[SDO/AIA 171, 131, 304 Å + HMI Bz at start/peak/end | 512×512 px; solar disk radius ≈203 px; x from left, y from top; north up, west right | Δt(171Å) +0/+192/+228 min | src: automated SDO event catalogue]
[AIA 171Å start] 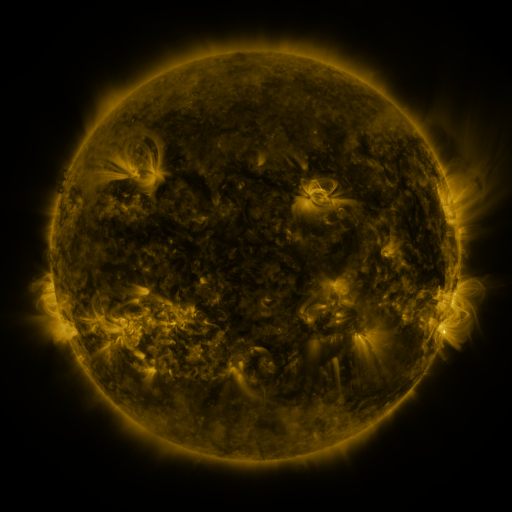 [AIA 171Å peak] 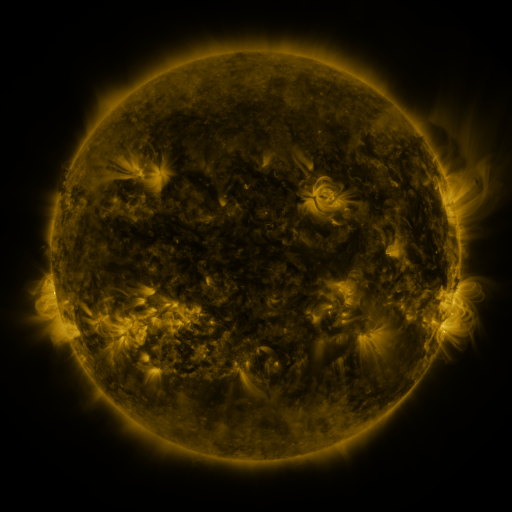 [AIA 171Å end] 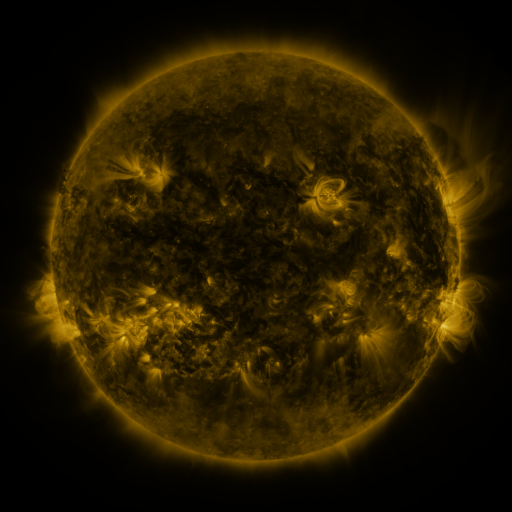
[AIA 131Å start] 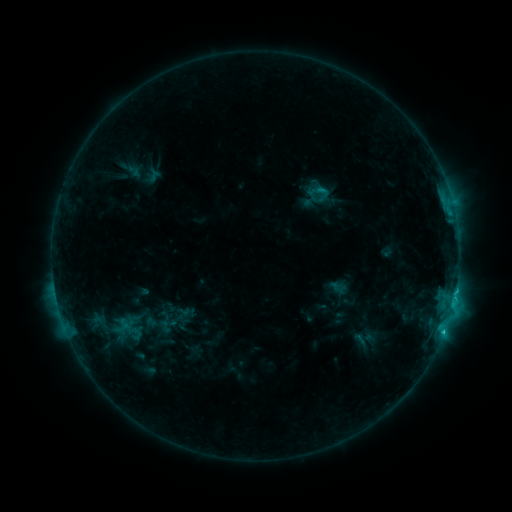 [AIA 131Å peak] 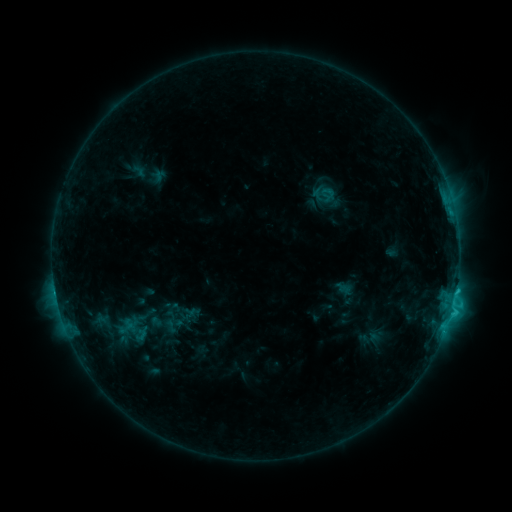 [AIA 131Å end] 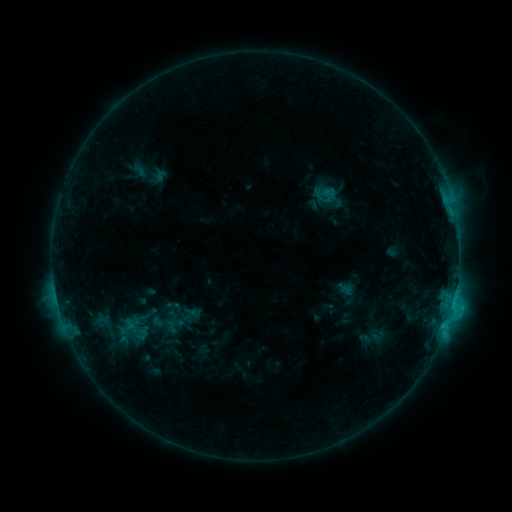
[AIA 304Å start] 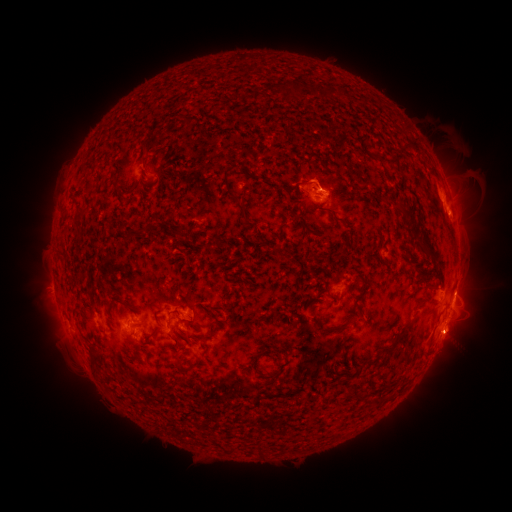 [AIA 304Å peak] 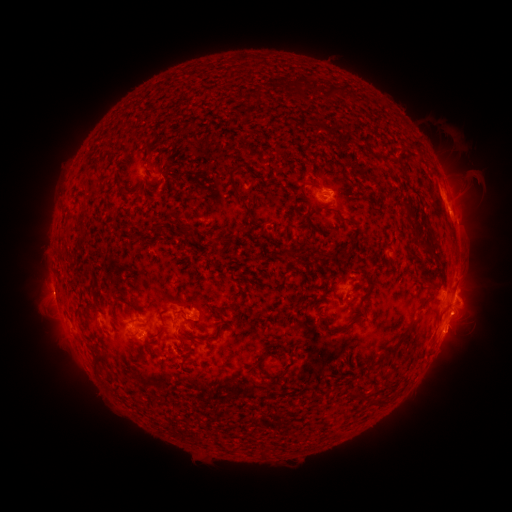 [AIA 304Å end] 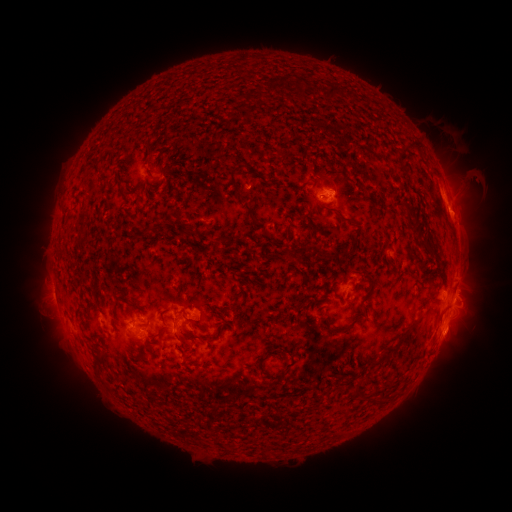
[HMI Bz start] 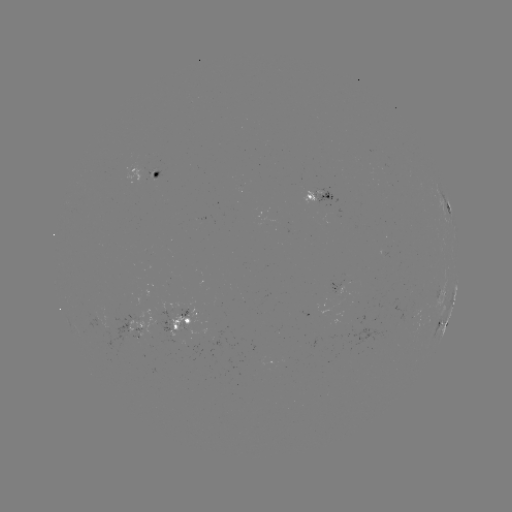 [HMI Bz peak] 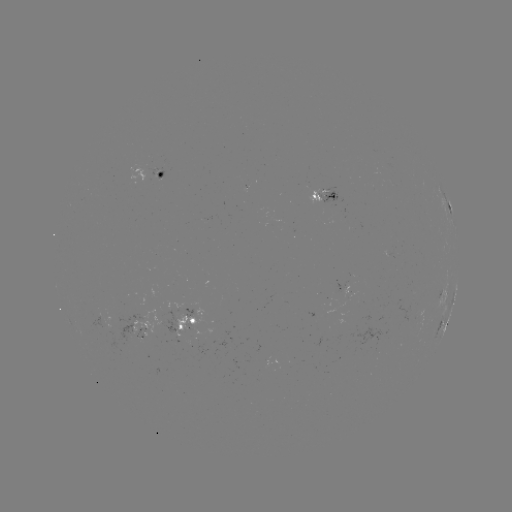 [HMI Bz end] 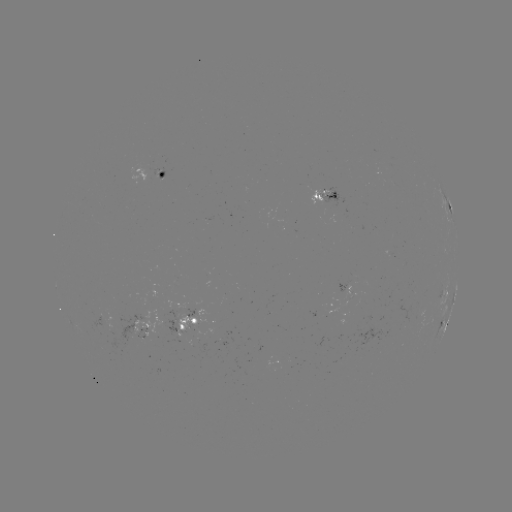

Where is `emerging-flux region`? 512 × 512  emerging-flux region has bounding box [87, 308, 113, 328].